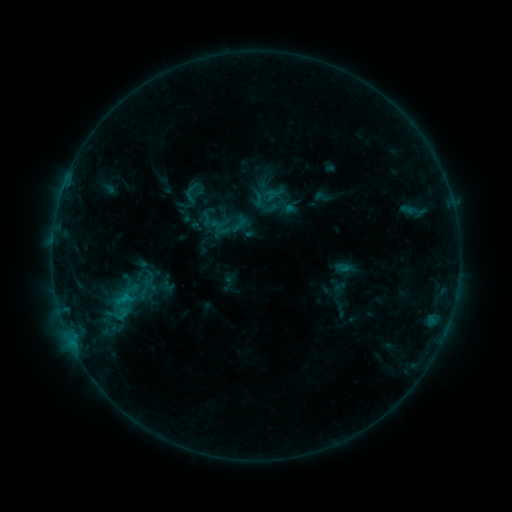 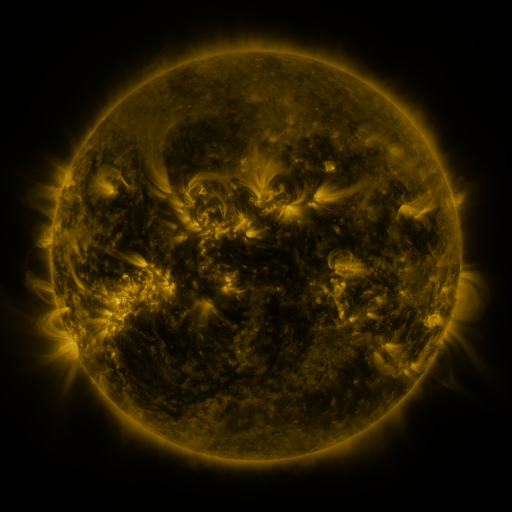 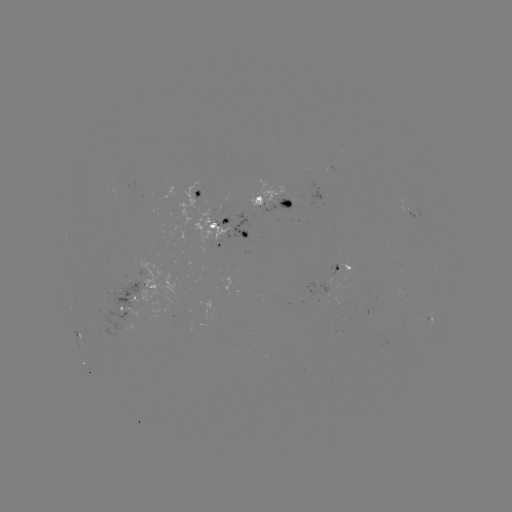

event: sigmoid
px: (191, 193)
